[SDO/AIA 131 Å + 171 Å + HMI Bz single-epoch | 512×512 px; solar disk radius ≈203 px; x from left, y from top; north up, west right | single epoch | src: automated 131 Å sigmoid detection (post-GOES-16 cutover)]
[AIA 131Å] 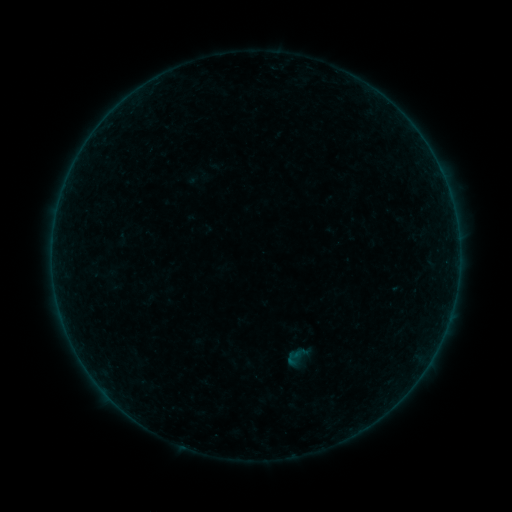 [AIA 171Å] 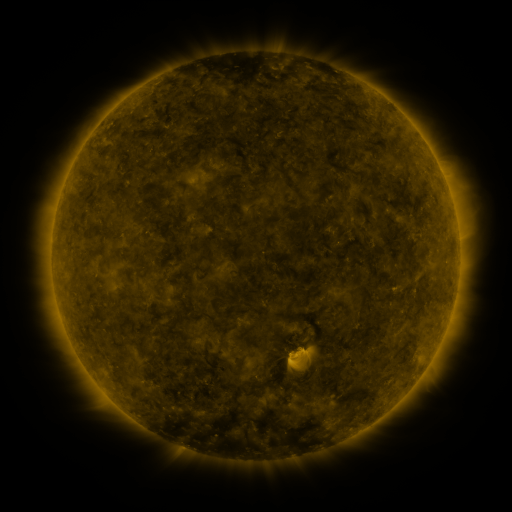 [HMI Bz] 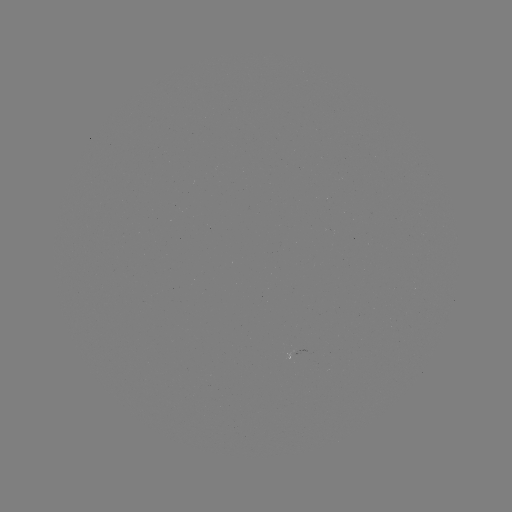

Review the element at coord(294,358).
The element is sigmoid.